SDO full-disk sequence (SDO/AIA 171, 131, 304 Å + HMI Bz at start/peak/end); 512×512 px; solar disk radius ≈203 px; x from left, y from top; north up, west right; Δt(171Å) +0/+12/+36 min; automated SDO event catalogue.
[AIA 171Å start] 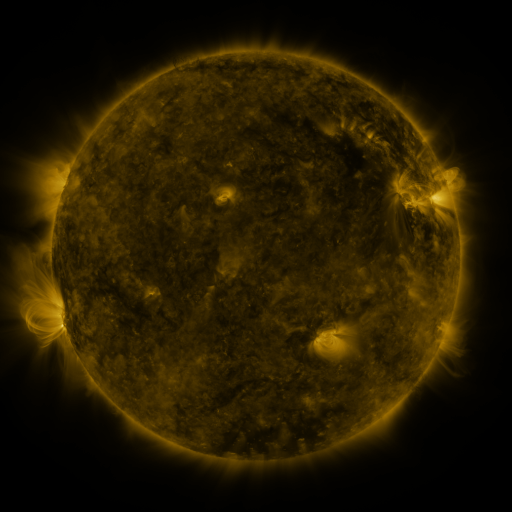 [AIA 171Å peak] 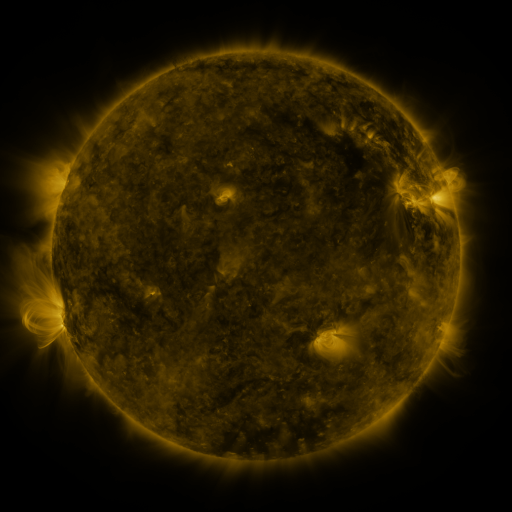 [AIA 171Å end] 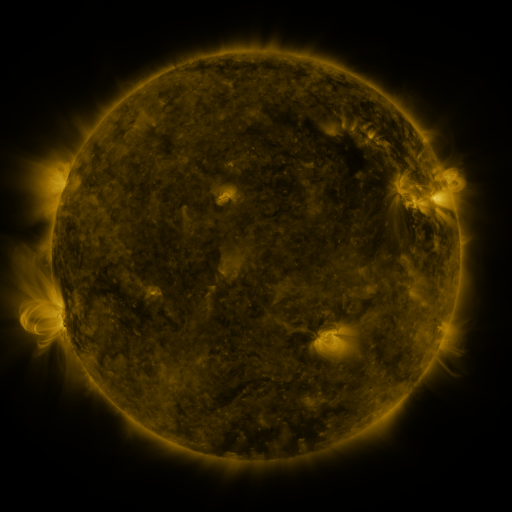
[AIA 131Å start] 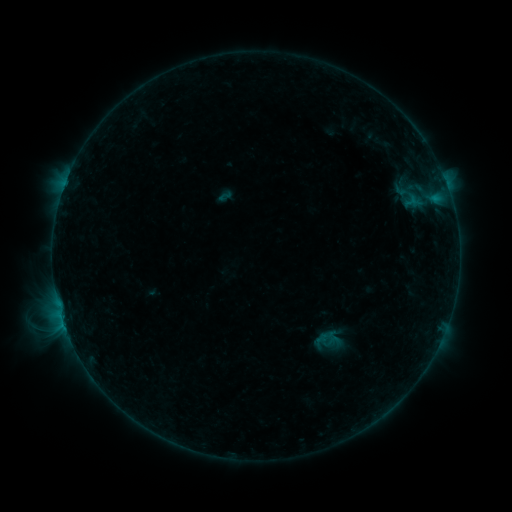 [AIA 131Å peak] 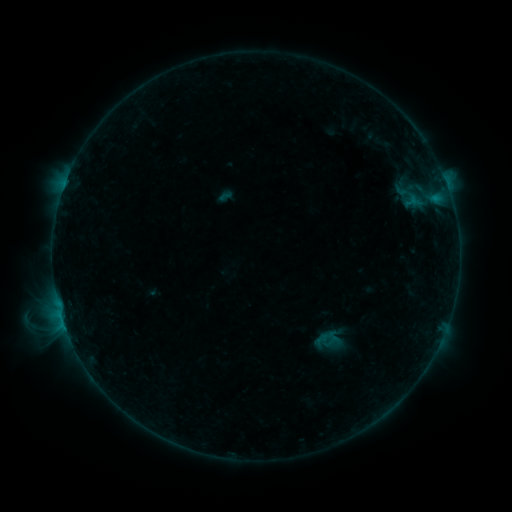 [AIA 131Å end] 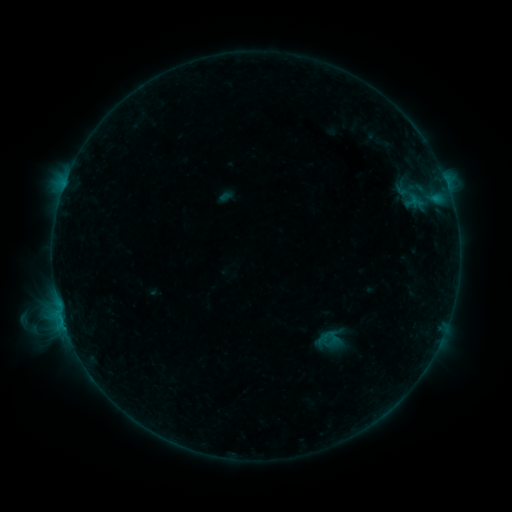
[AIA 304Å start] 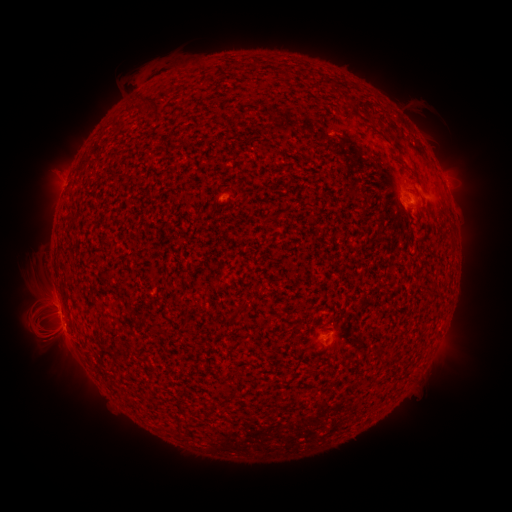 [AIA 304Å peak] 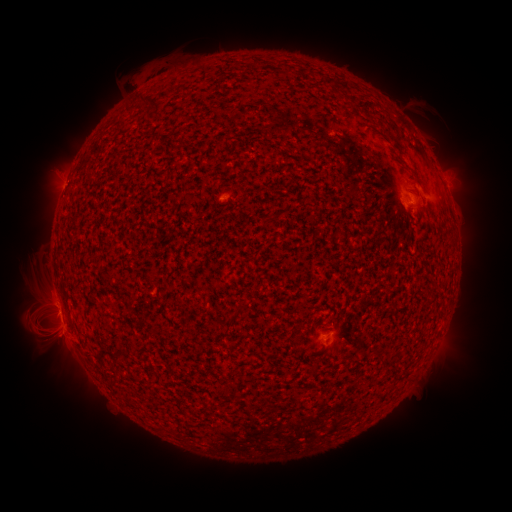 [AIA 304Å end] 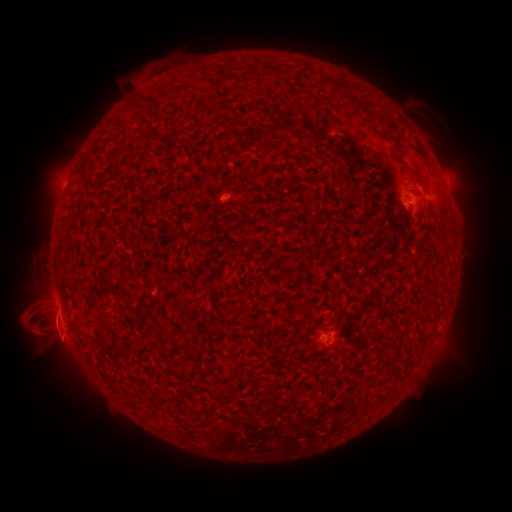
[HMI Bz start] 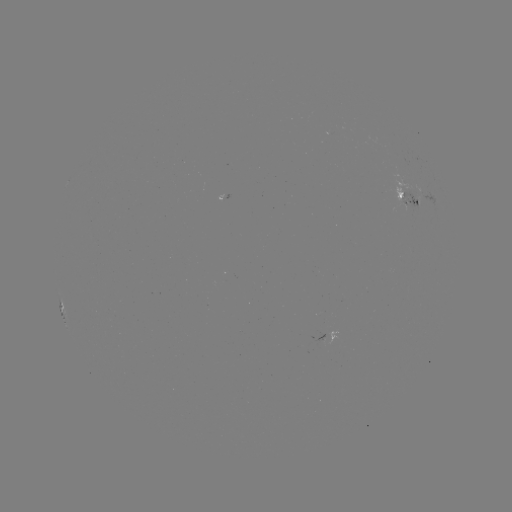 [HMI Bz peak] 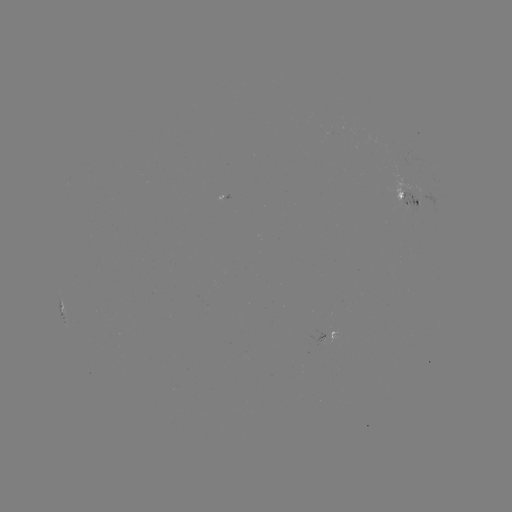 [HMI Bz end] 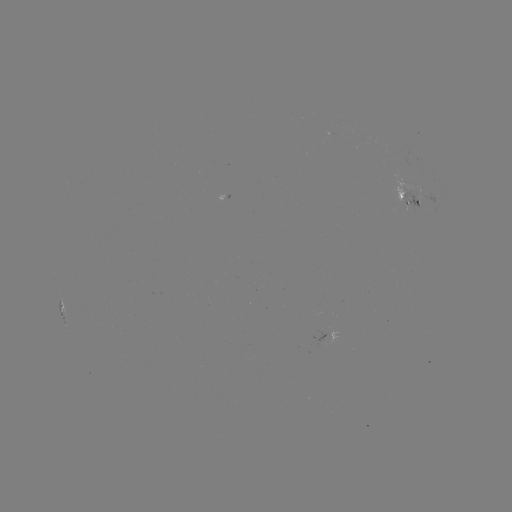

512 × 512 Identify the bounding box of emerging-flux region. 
[414, 196, 421, 209].